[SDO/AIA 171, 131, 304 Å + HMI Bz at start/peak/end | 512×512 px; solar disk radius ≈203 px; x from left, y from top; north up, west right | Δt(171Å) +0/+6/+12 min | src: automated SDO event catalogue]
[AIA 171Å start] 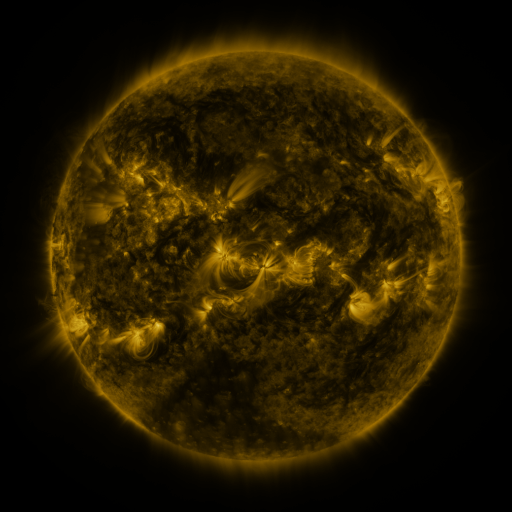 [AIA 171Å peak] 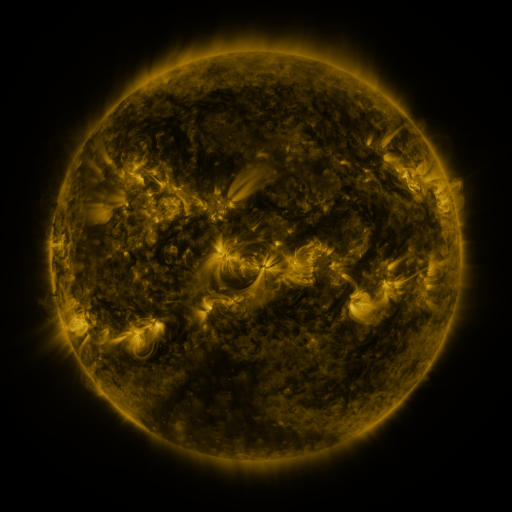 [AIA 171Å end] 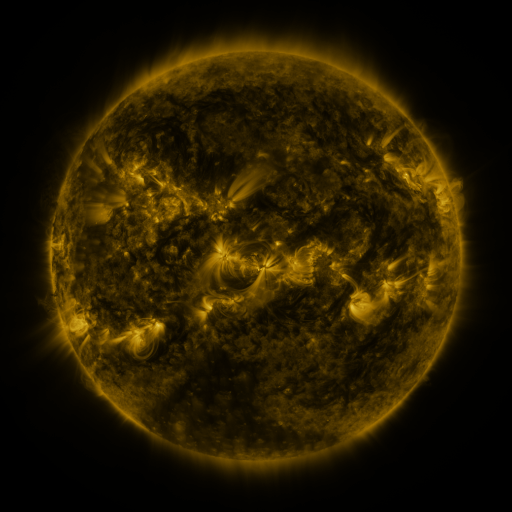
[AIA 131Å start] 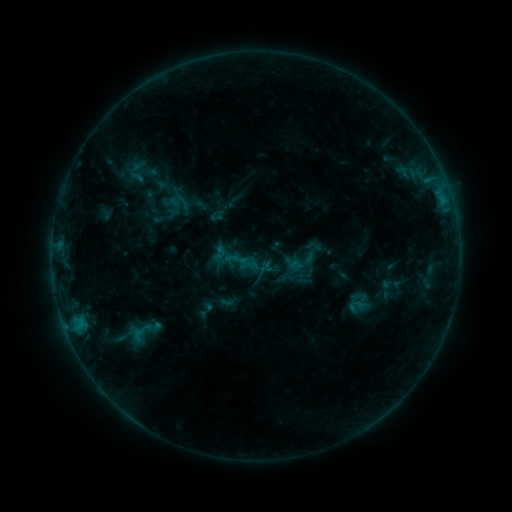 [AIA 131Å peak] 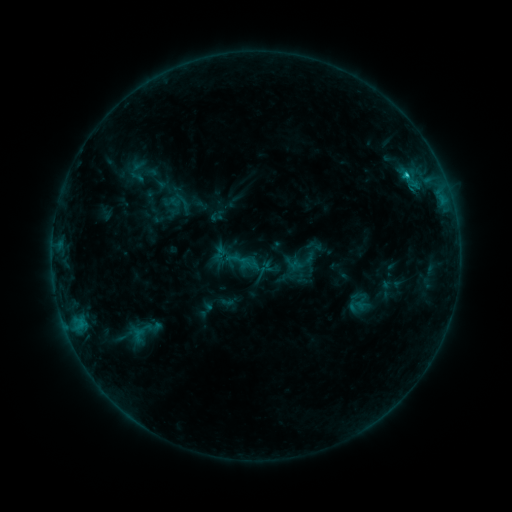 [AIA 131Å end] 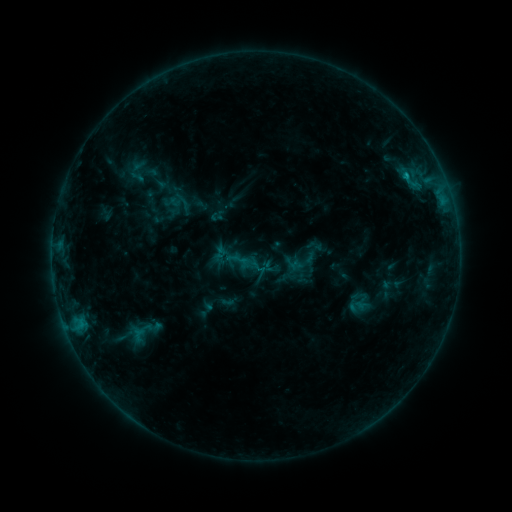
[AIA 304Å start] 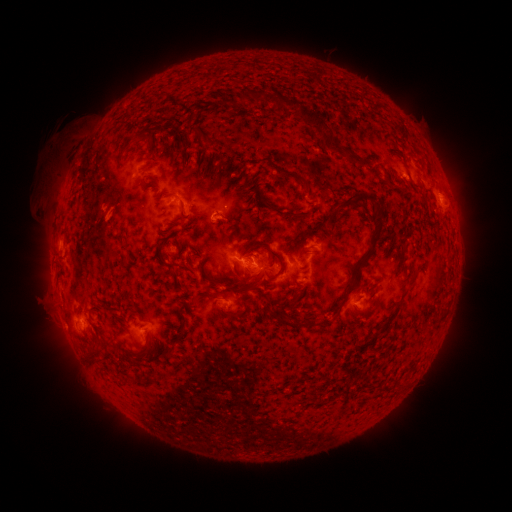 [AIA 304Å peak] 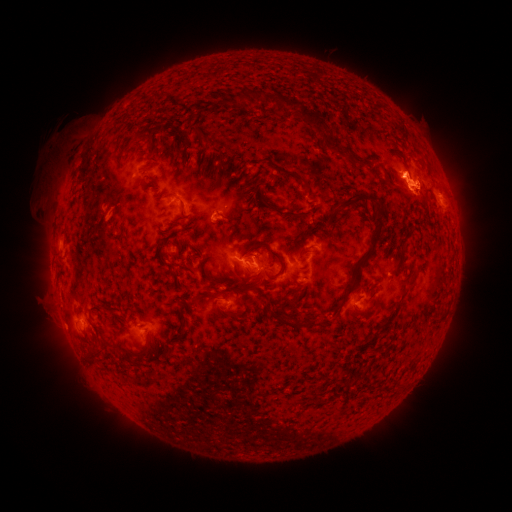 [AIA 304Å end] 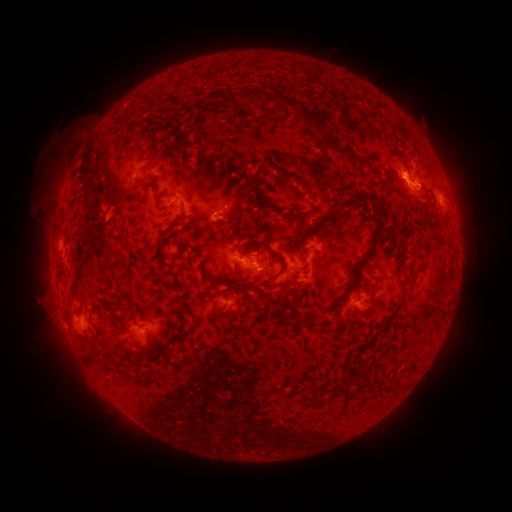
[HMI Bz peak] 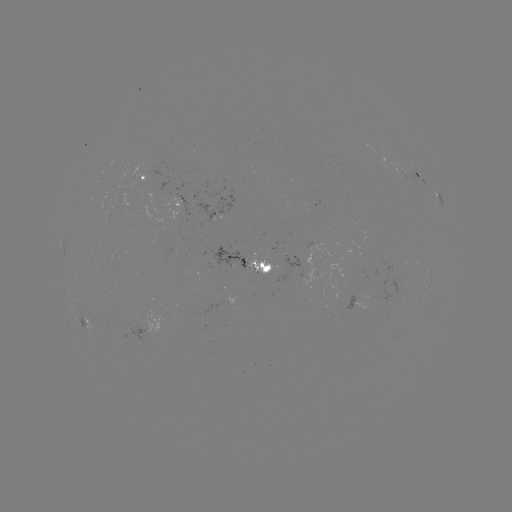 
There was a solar flare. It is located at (405, 175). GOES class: C1.0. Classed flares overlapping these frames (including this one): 1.